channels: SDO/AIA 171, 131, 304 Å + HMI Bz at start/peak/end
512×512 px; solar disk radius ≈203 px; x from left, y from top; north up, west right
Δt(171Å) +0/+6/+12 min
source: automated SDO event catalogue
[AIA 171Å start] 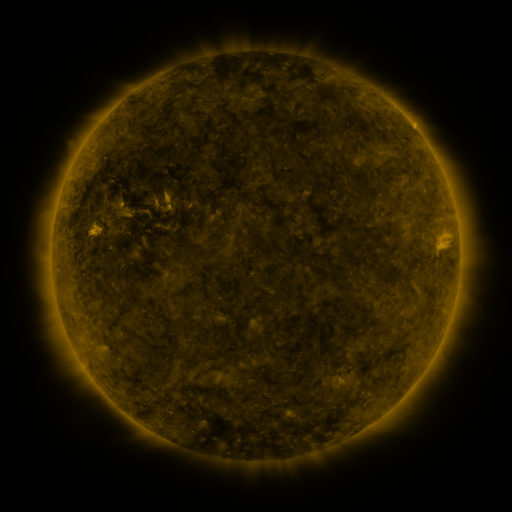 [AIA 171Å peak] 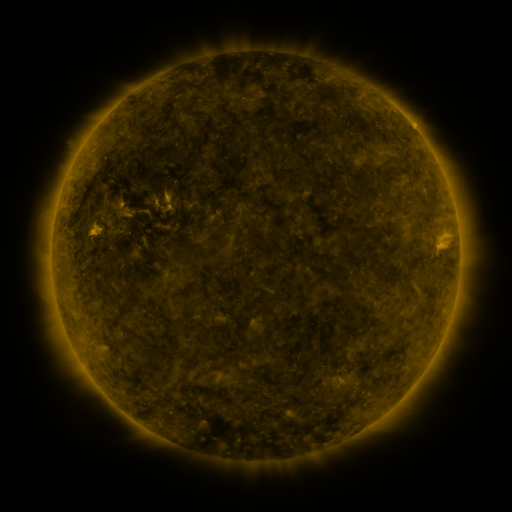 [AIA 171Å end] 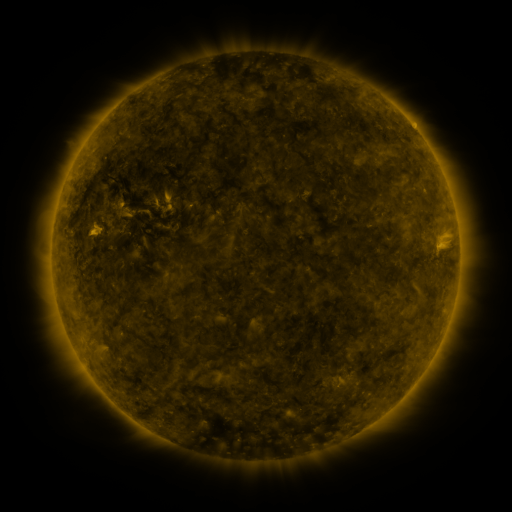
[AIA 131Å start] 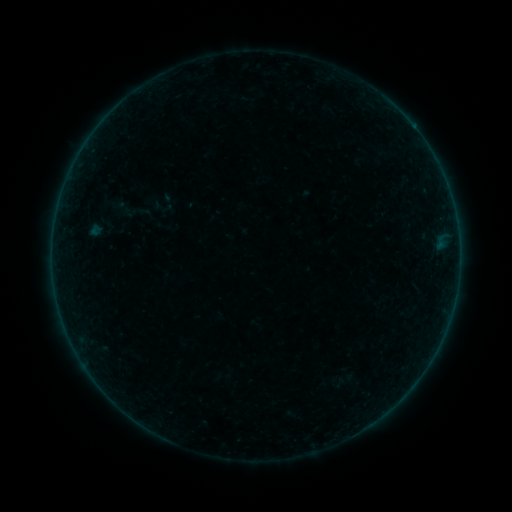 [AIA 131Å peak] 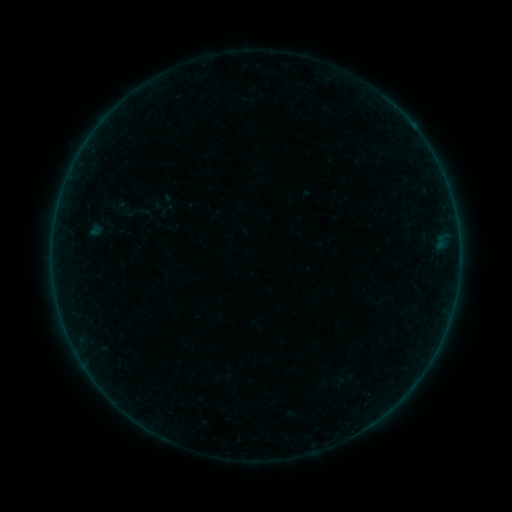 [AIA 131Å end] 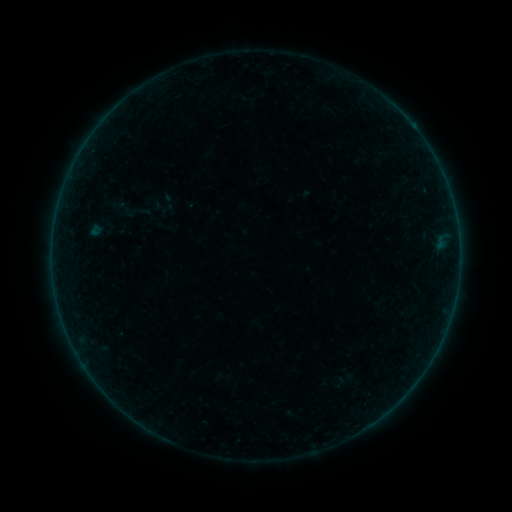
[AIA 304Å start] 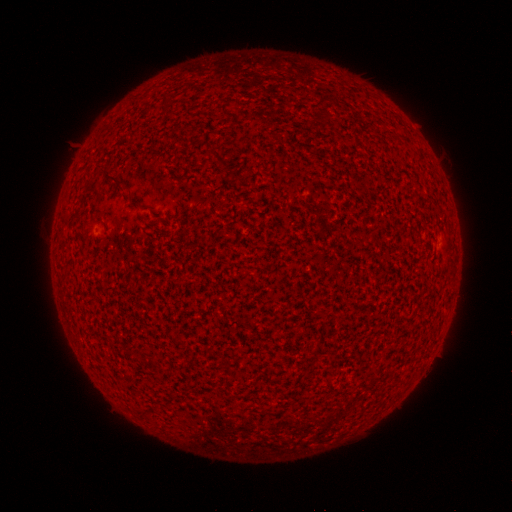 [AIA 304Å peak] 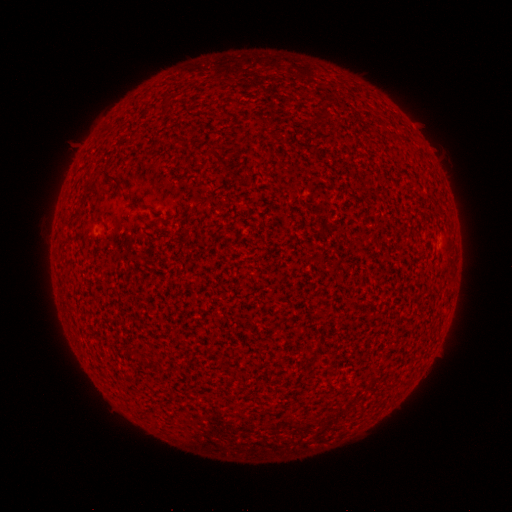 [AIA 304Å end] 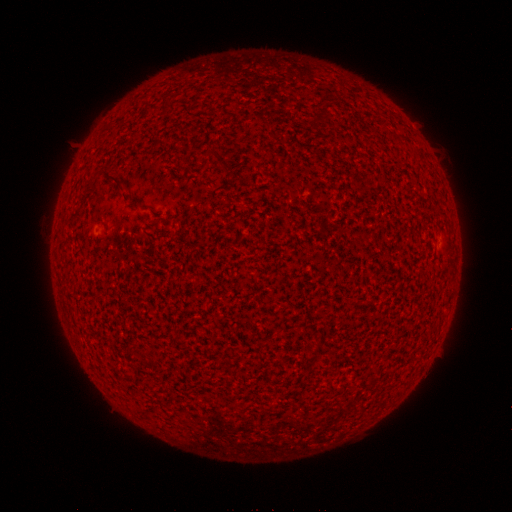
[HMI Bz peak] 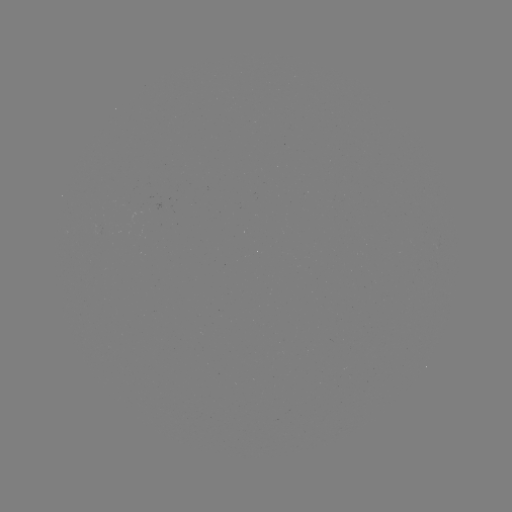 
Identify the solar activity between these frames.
A1.1 flare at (53, 241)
